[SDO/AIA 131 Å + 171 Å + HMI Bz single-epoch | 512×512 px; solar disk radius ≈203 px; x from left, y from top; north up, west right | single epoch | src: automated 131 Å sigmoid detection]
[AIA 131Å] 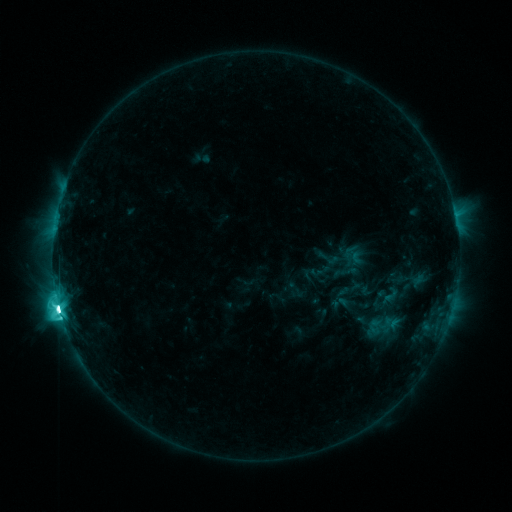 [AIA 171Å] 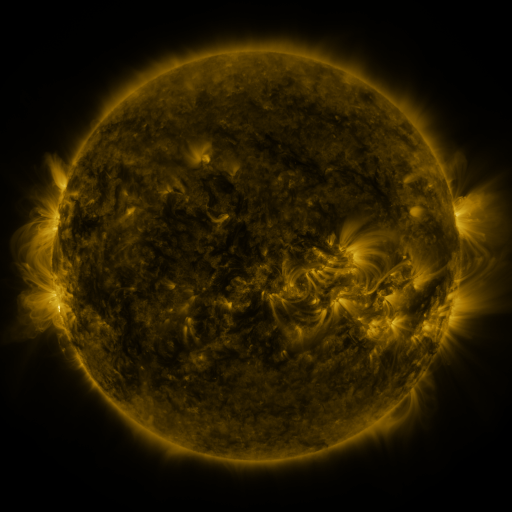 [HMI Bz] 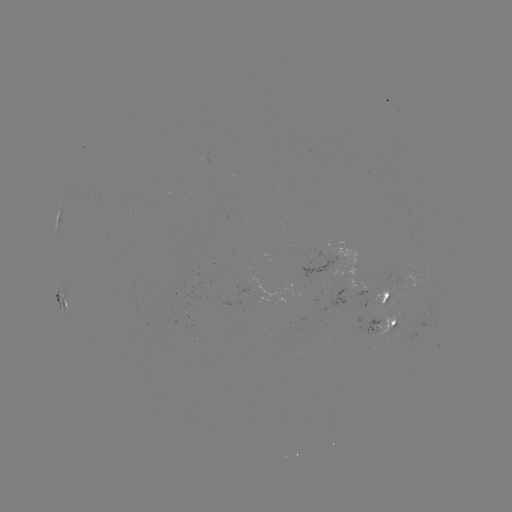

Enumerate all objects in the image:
sigmoid: <bbox>317, 245, 340, 270</bbox>
sigmoid: <bbox>332, 246, 354, 270</bbox>
